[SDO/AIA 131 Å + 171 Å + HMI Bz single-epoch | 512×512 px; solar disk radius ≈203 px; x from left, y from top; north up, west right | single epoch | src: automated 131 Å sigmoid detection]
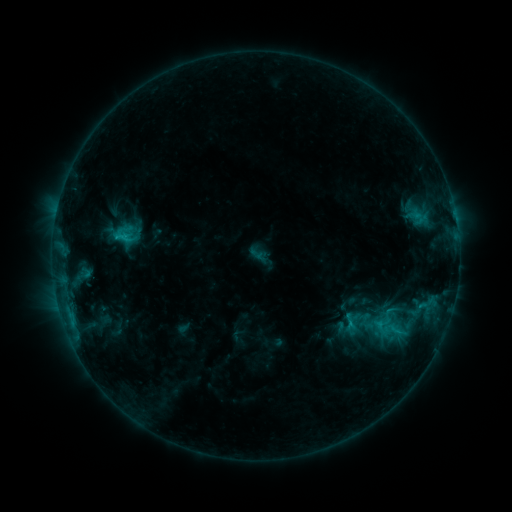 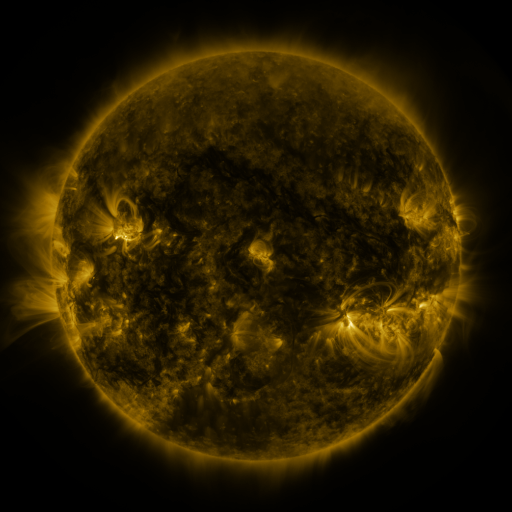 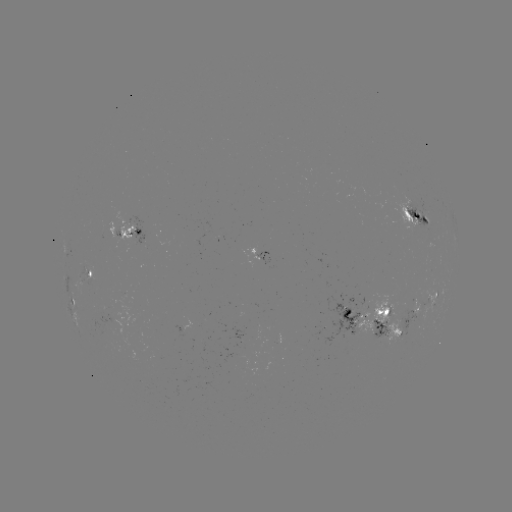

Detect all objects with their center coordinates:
sigmoid: (121, 237)
sigmoid: (395, 331)
